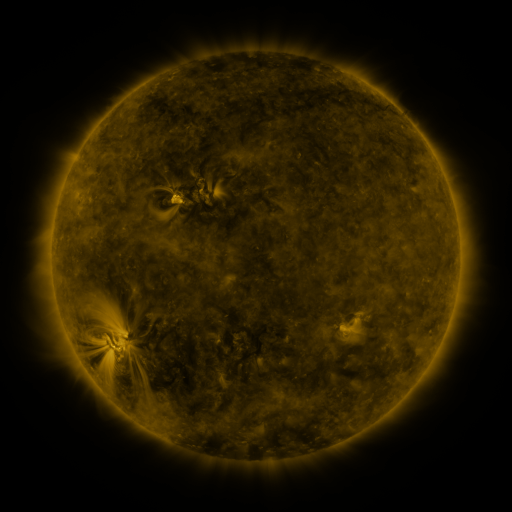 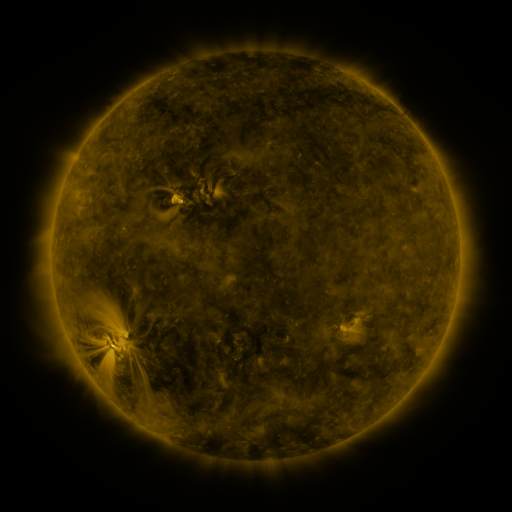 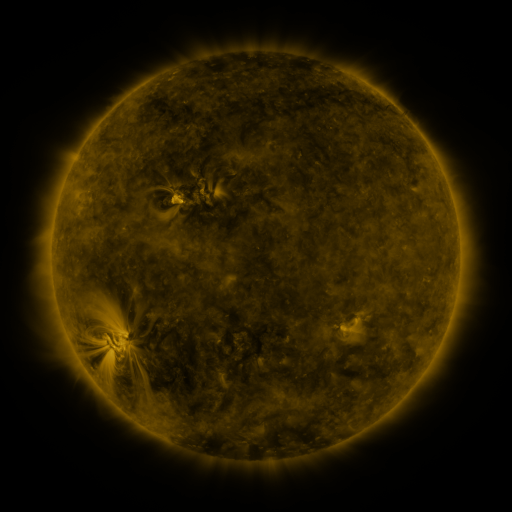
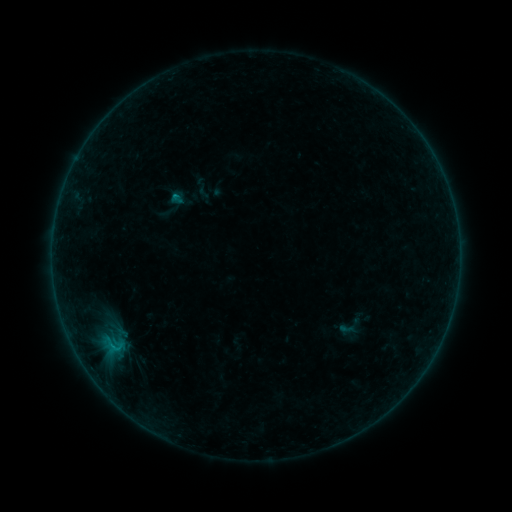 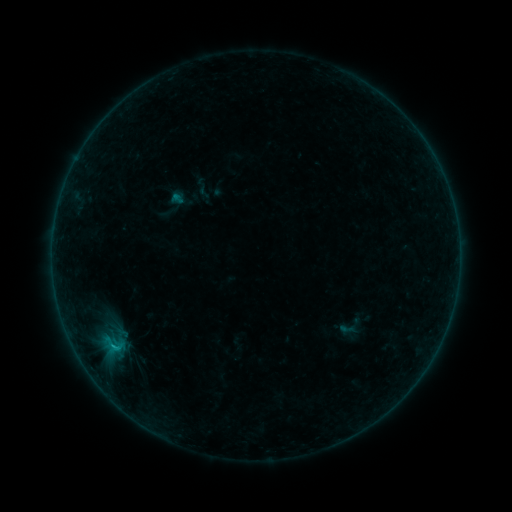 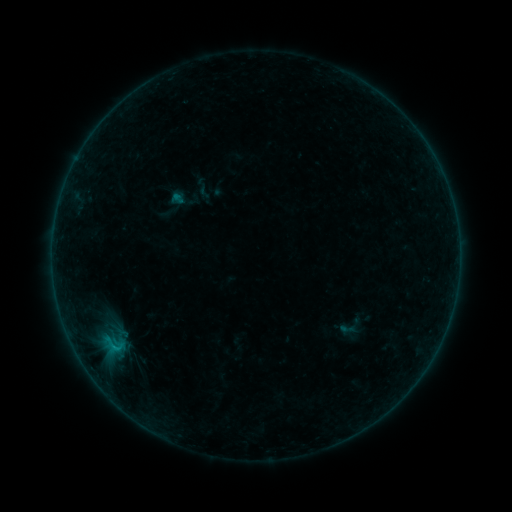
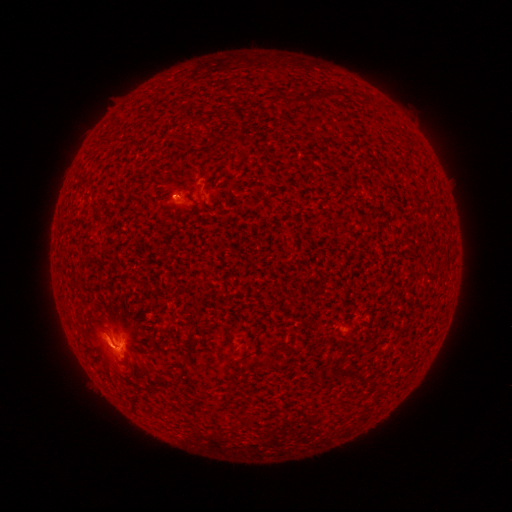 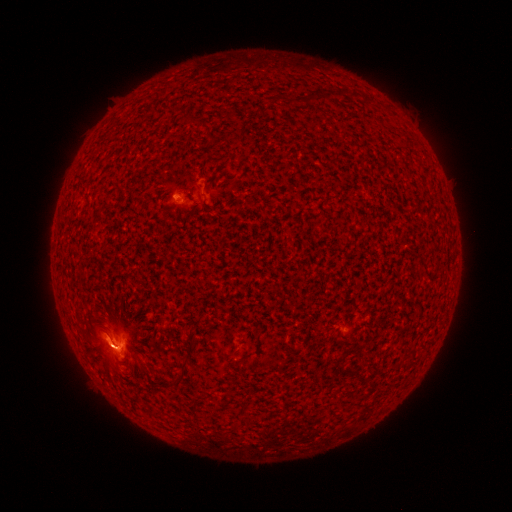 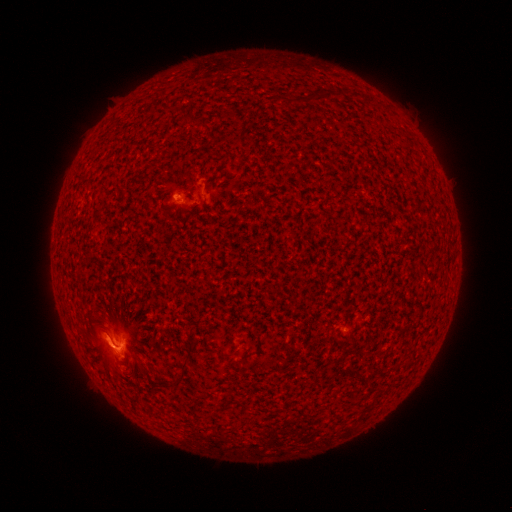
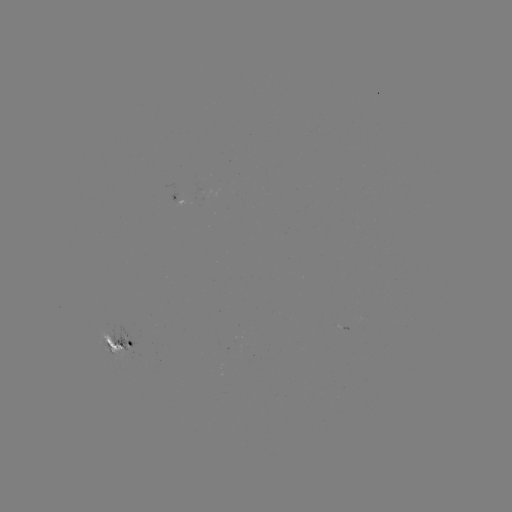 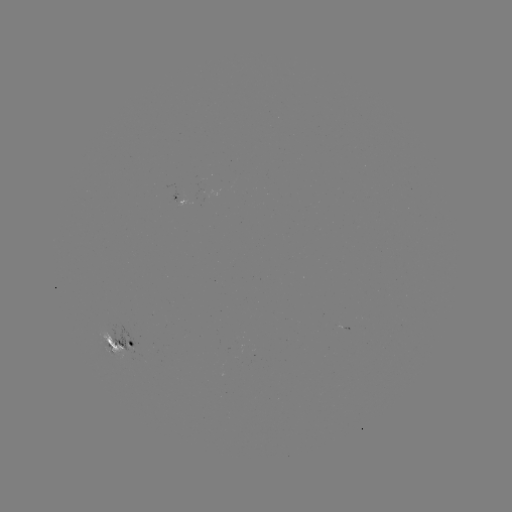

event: flare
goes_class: B8.1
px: (115, 346)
